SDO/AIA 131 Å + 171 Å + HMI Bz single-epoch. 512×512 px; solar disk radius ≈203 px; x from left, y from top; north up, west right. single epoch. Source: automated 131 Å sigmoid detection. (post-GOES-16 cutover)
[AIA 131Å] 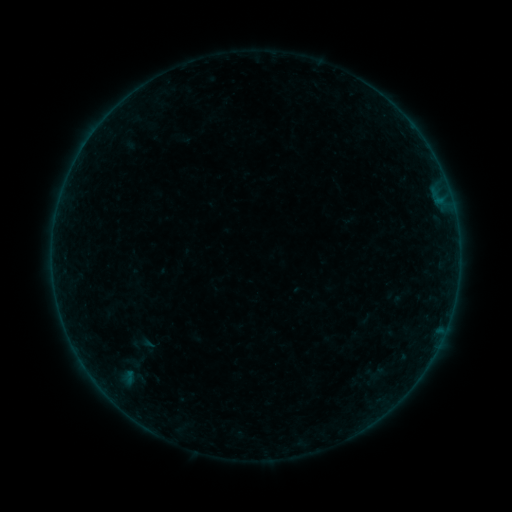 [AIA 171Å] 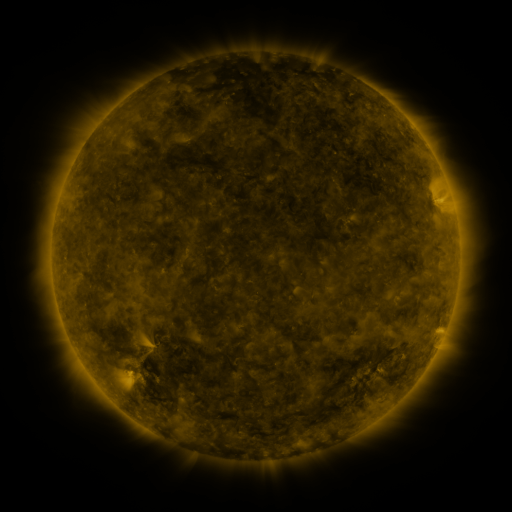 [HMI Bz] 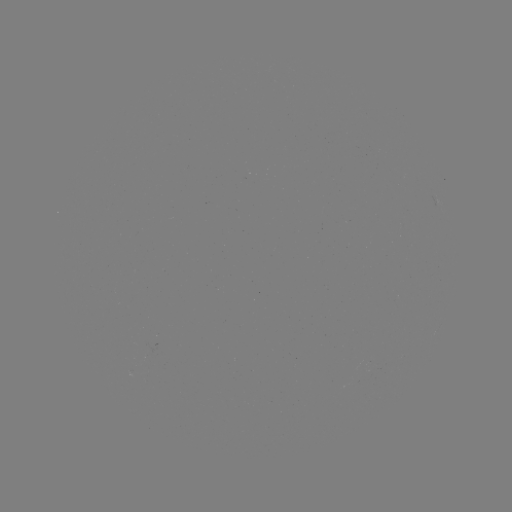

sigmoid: [123, 329, 159, 359]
